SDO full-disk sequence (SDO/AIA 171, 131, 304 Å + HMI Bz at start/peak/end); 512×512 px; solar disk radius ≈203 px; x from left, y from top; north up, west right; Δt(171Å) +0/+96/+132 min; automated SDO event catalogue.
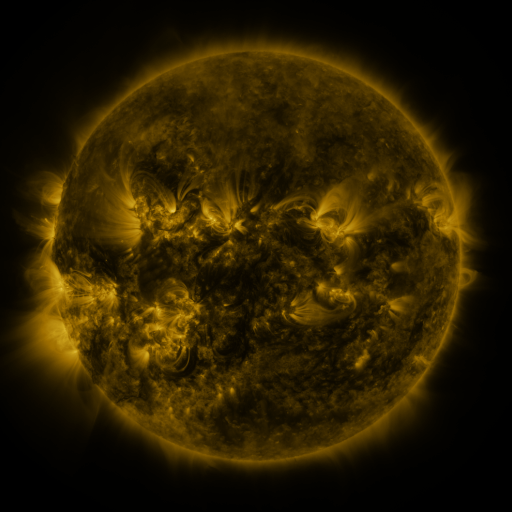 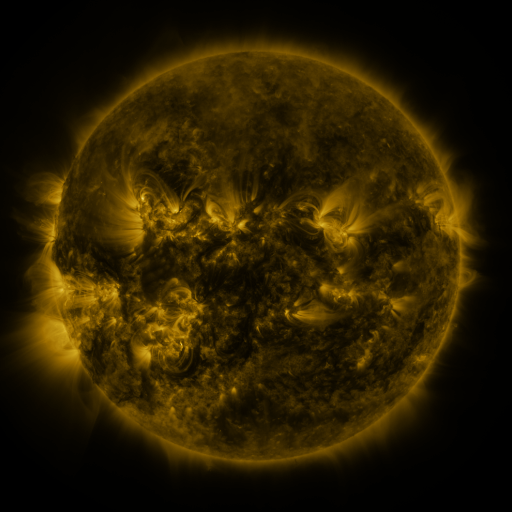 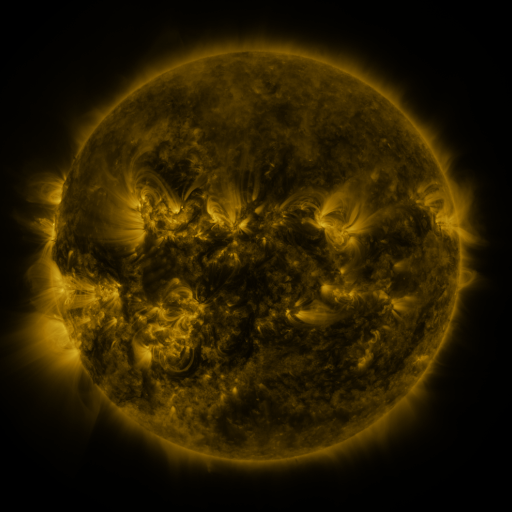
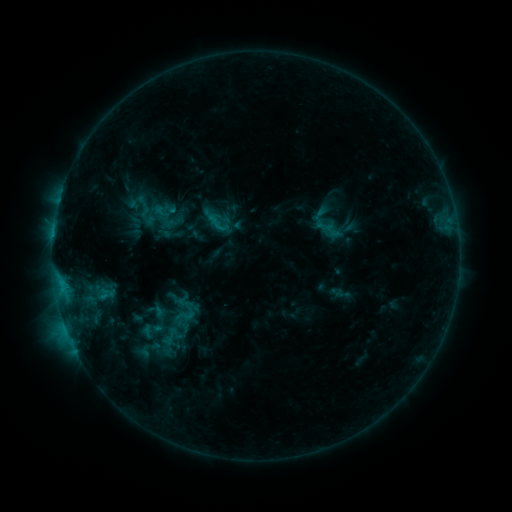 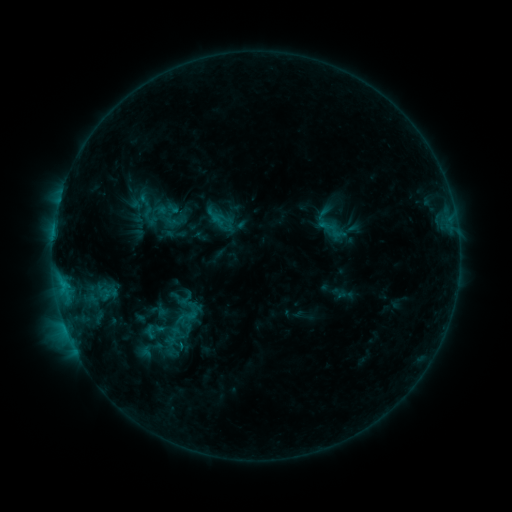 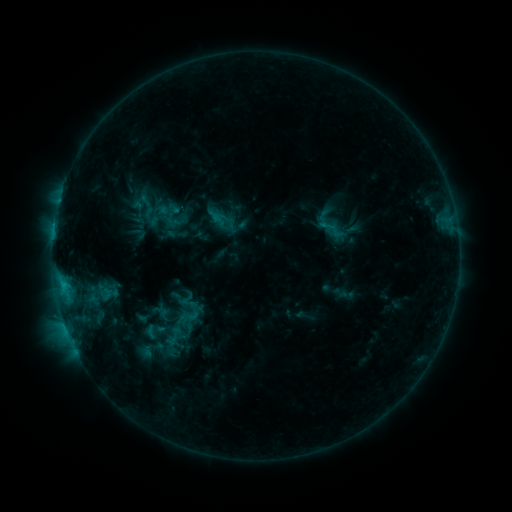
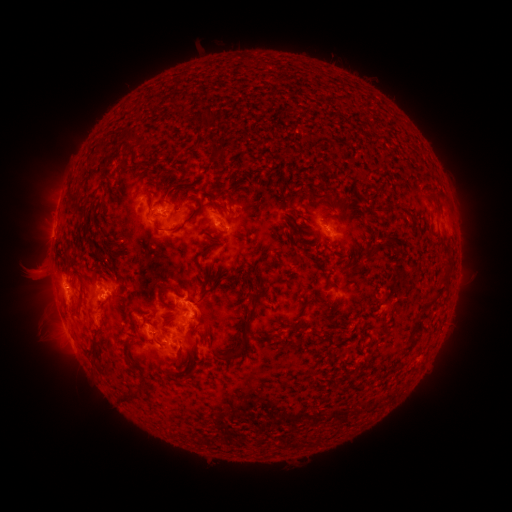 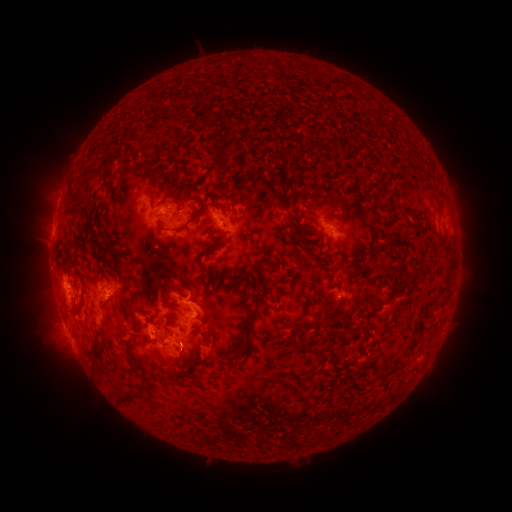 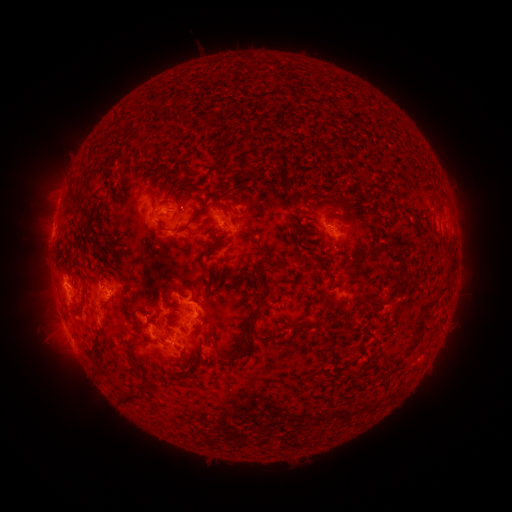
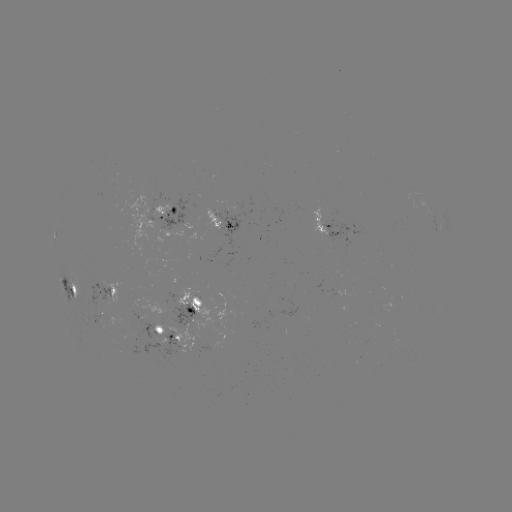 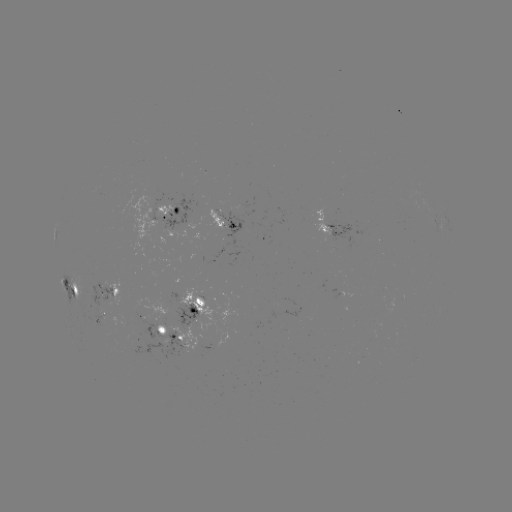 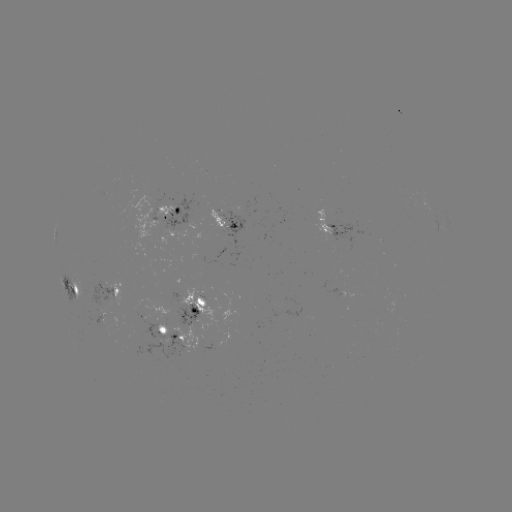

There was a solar emerging-flux region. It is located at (332, 233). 